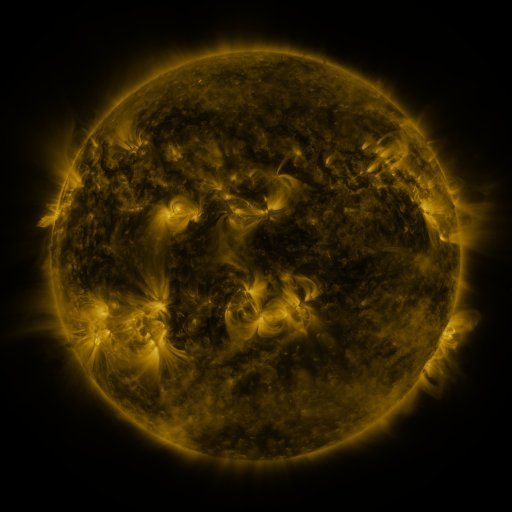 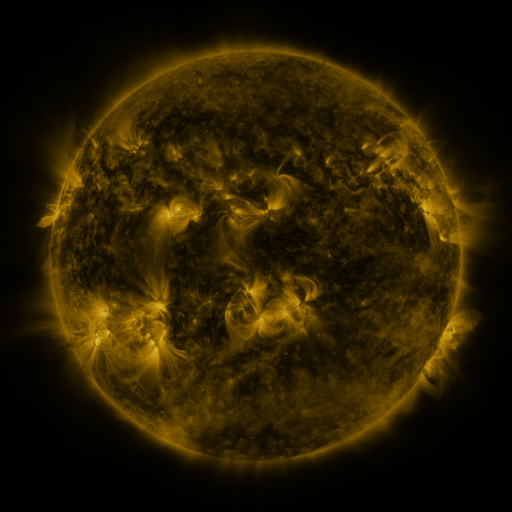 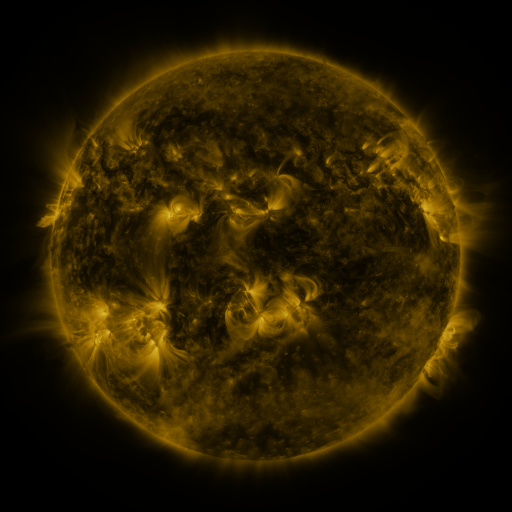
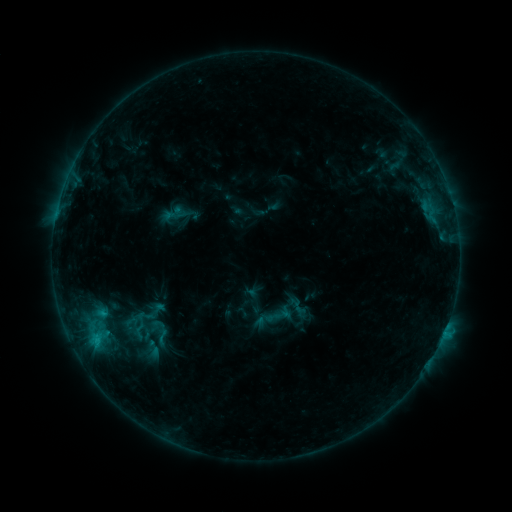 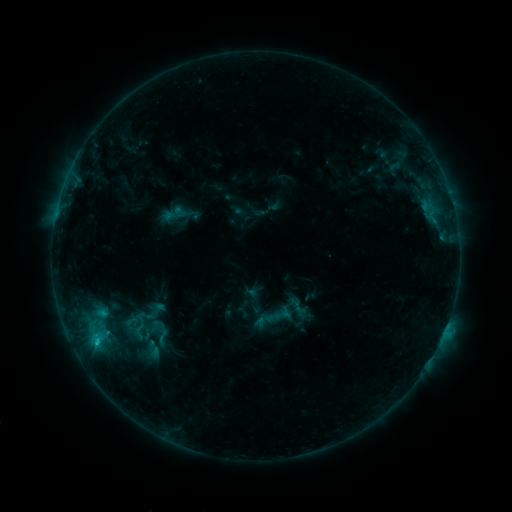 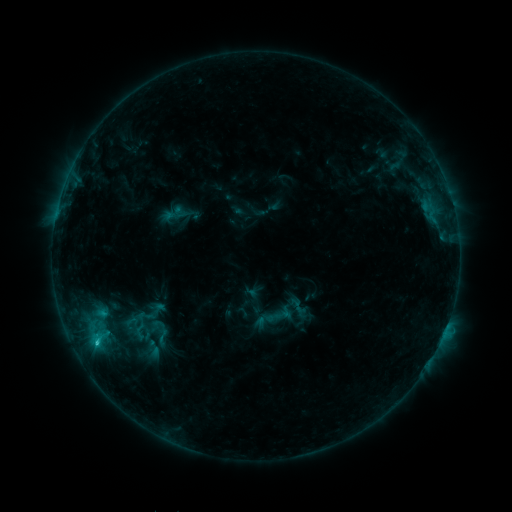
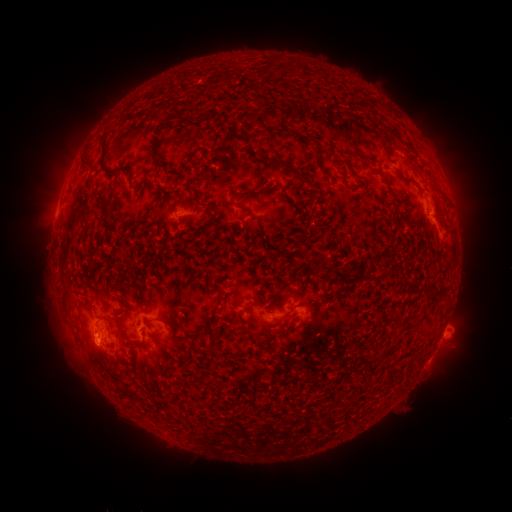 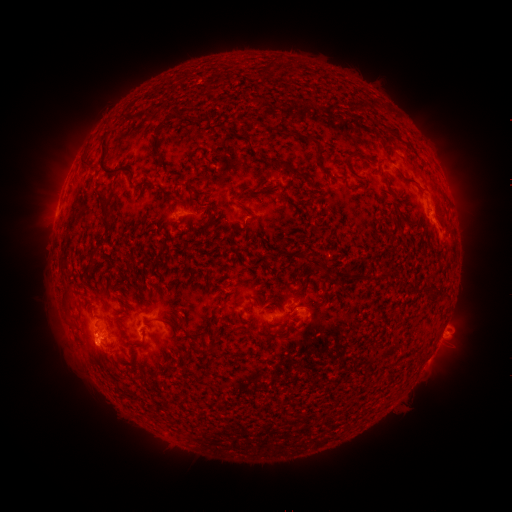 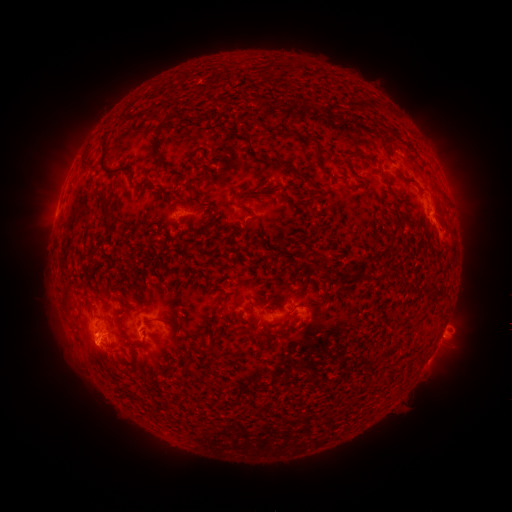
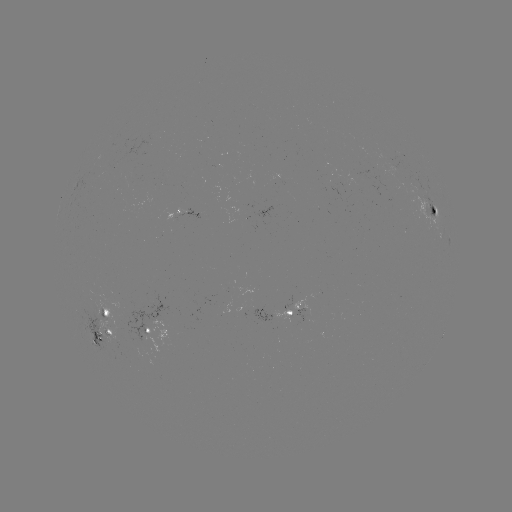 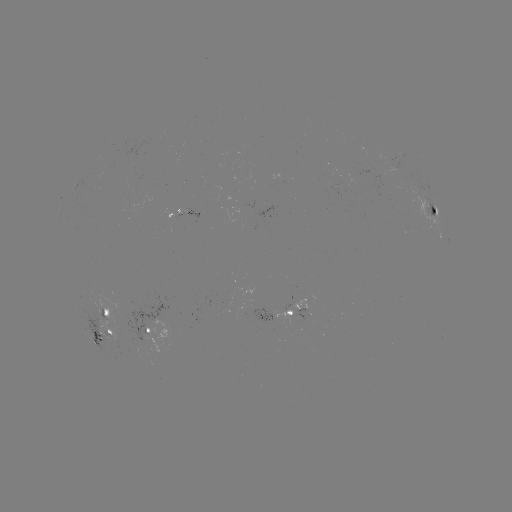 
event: flare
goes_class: C1.3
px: (97, 340)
